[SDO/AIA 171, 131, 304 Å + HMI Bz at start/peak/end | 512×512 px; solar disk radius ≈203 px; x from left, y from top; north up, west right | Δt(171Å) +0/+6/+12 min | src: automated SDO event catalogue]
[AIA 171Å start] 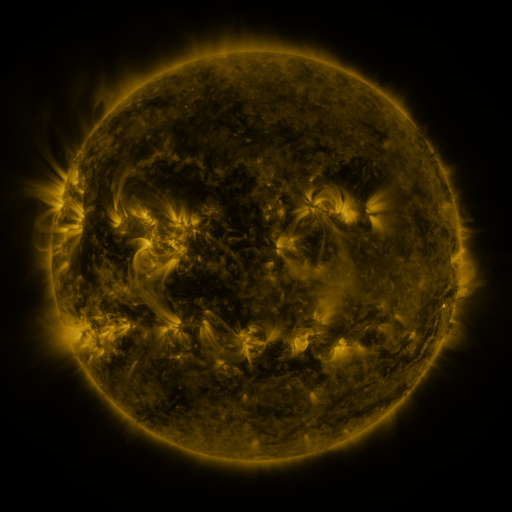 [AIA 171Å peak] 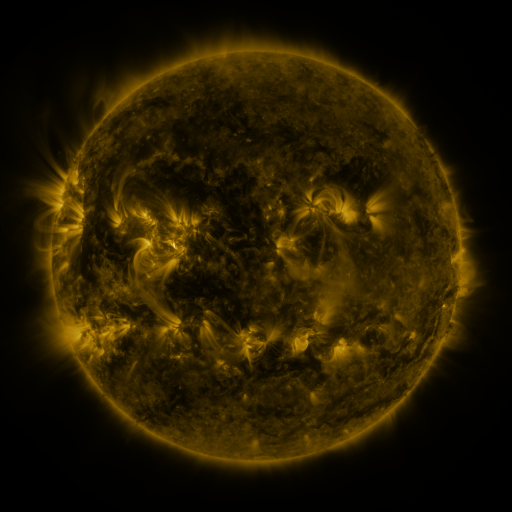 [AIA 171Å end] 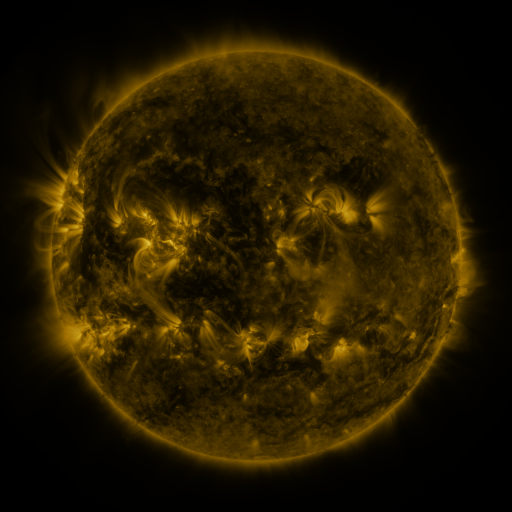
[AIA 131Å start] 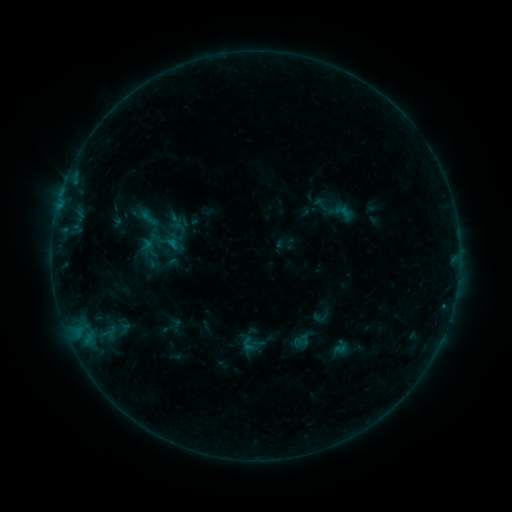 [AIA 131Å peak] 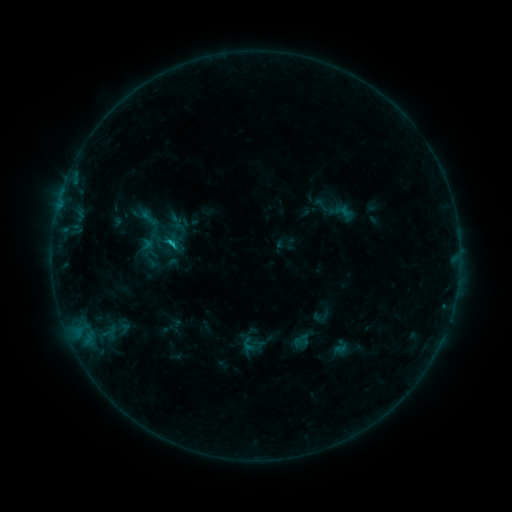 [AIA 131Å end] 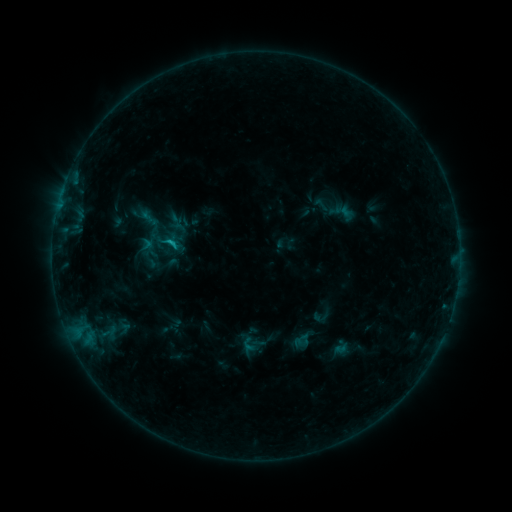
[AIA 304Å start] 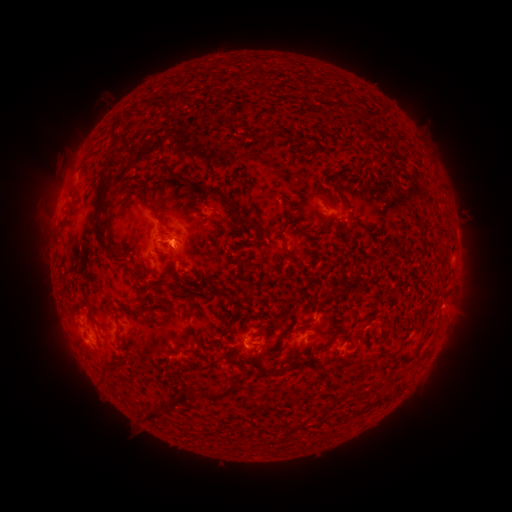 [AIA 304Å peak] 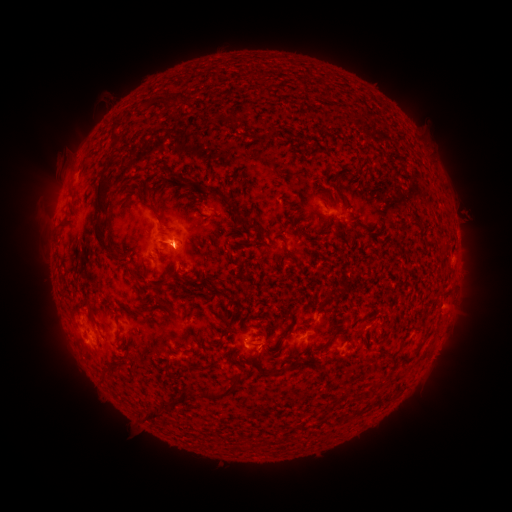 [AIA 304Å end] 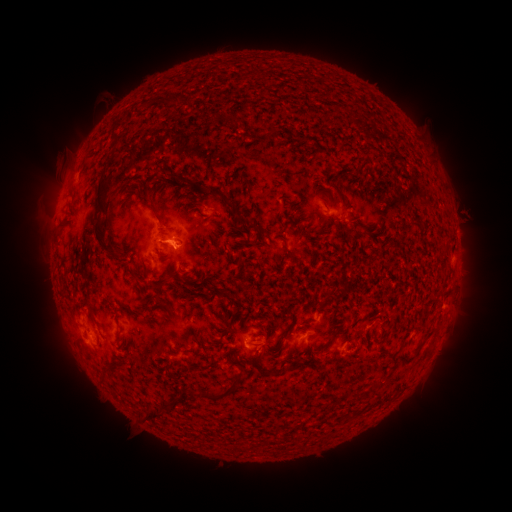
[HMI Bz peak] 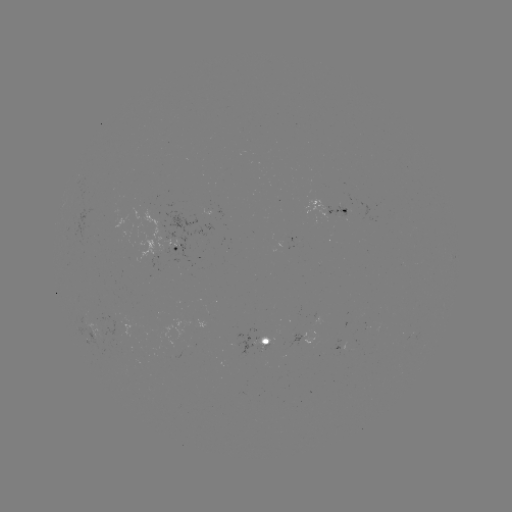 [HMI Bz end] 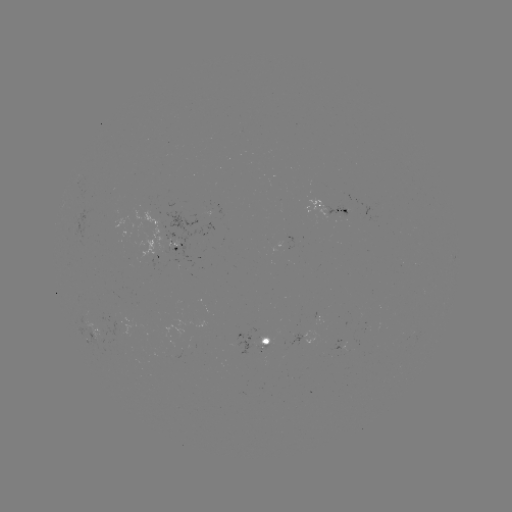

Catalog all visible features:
B6.8 flare: (174, 246)
